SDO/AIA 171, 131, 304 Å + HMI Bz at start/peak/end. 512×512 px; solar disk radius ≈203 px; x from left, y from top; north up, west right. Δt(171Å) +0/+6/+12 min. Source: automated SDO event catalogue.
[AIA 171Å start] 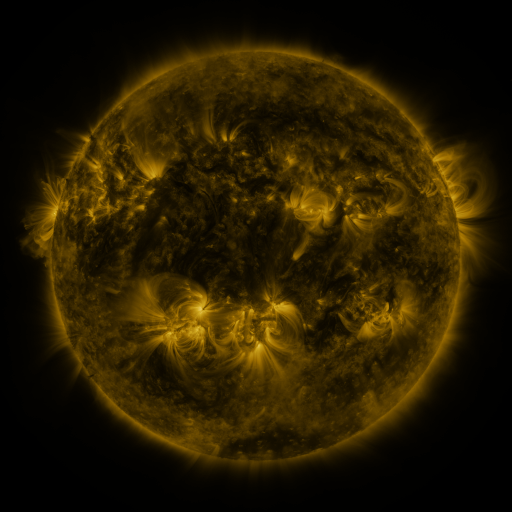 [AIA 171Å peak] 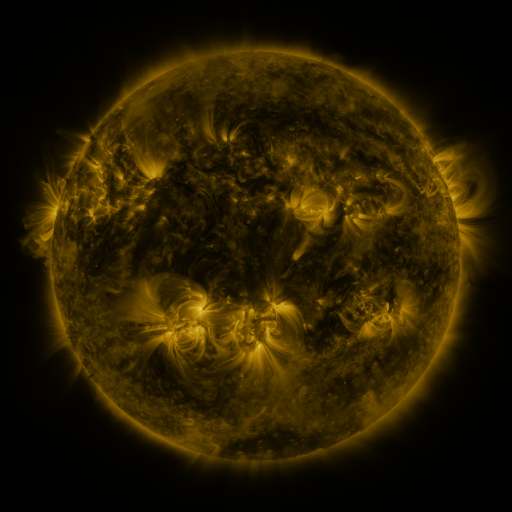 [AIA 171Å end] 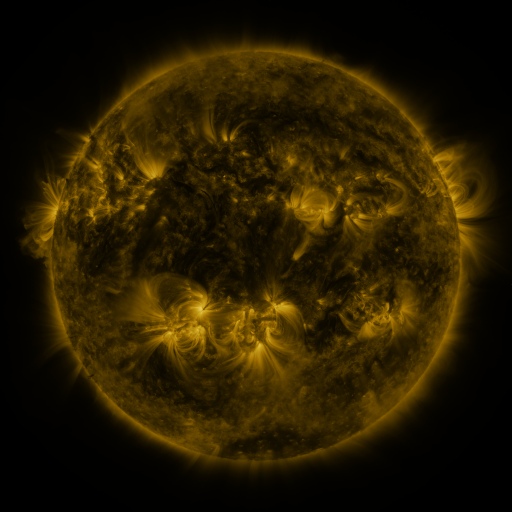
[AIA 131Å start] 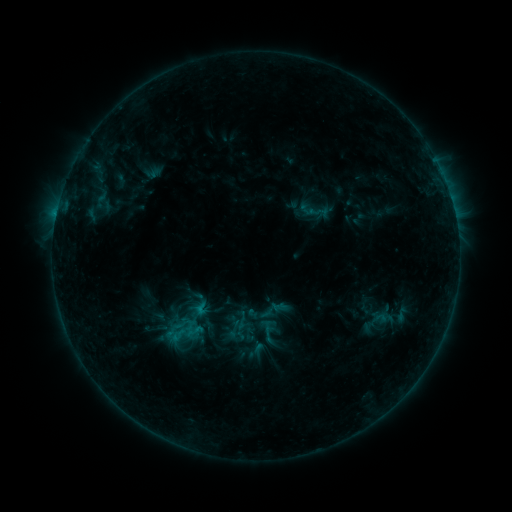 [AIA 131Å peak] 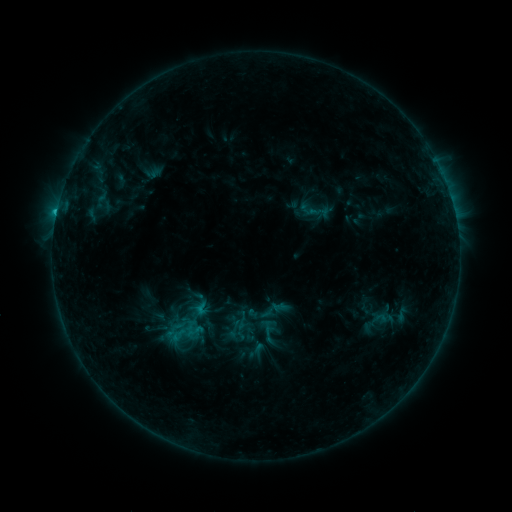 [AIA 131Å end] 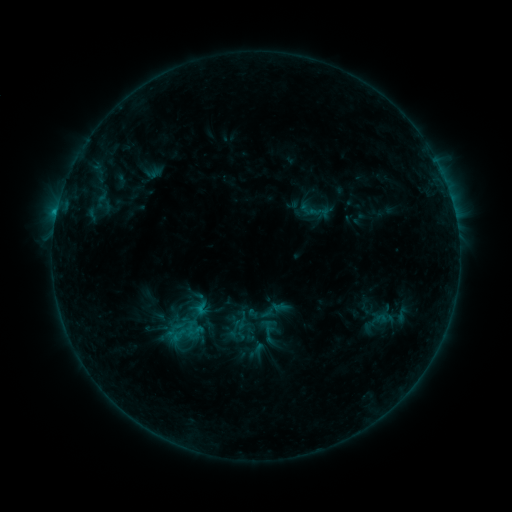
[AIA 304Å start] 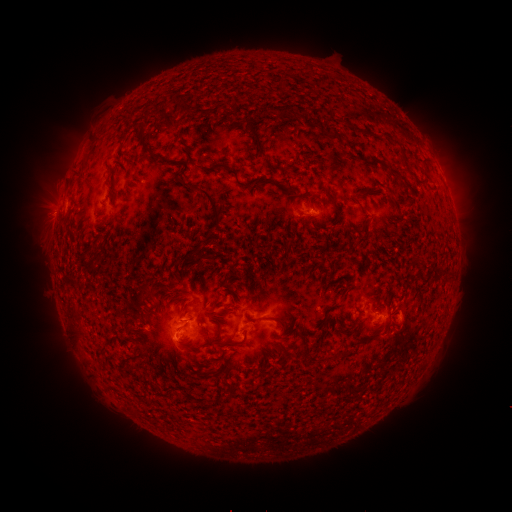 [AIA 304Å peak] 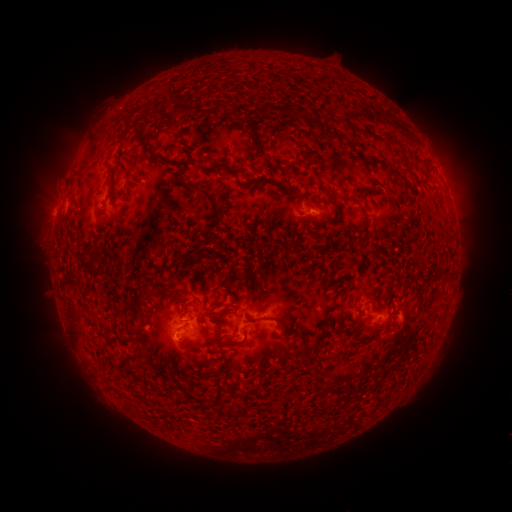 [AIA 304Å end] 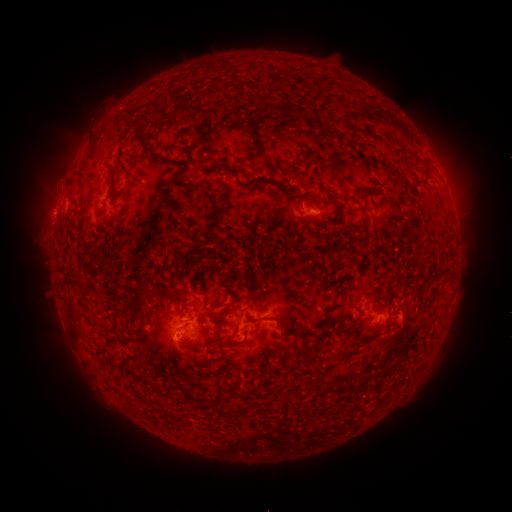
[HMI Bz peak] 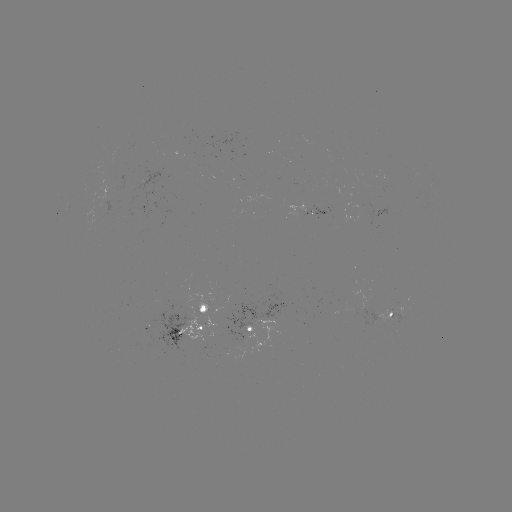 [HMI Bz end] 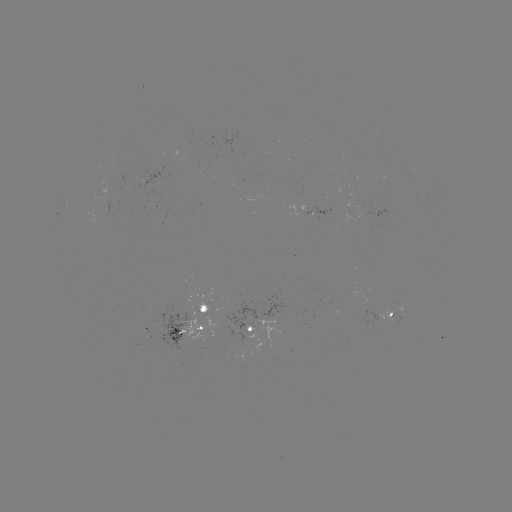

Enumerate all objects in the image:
B7.6 flare: (57, 213)
